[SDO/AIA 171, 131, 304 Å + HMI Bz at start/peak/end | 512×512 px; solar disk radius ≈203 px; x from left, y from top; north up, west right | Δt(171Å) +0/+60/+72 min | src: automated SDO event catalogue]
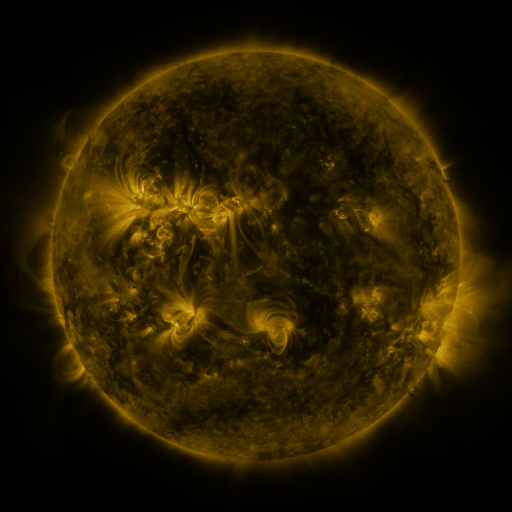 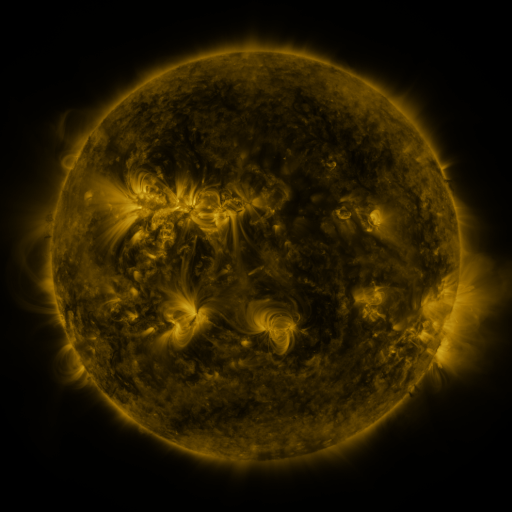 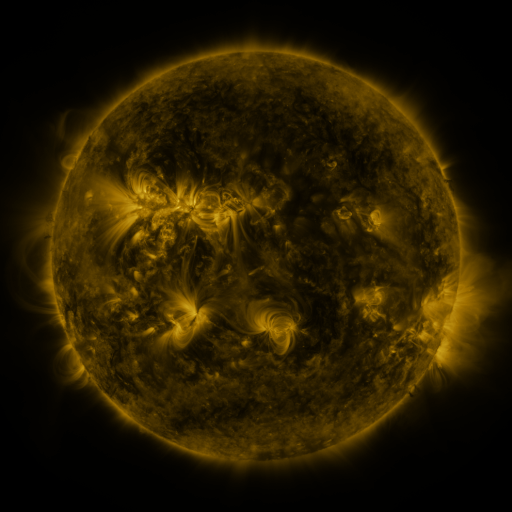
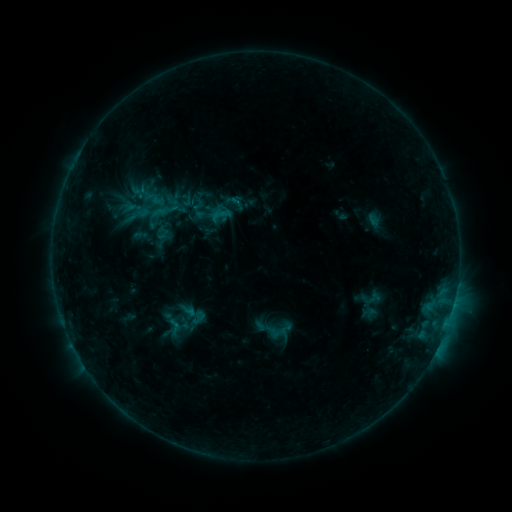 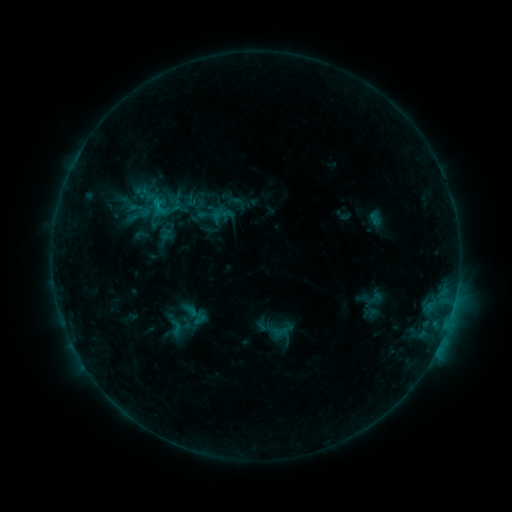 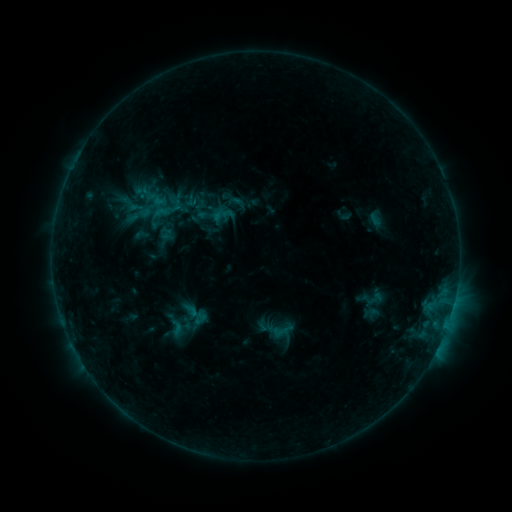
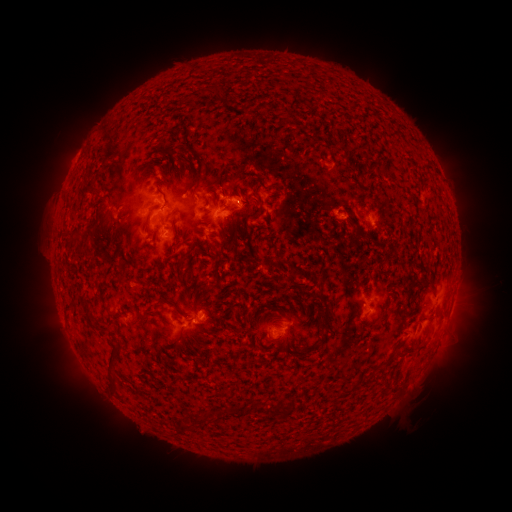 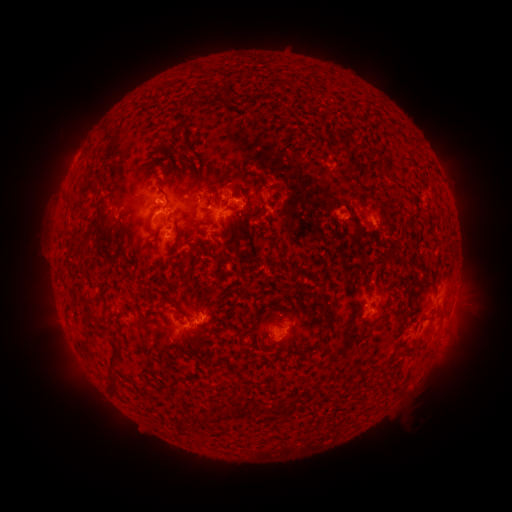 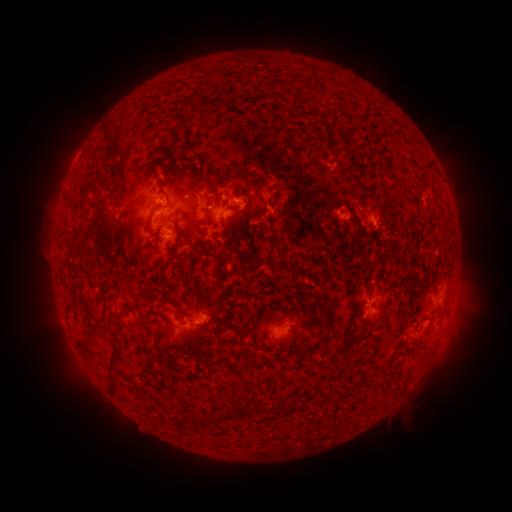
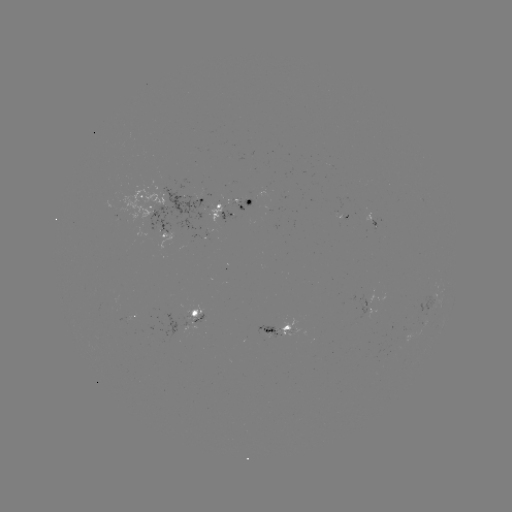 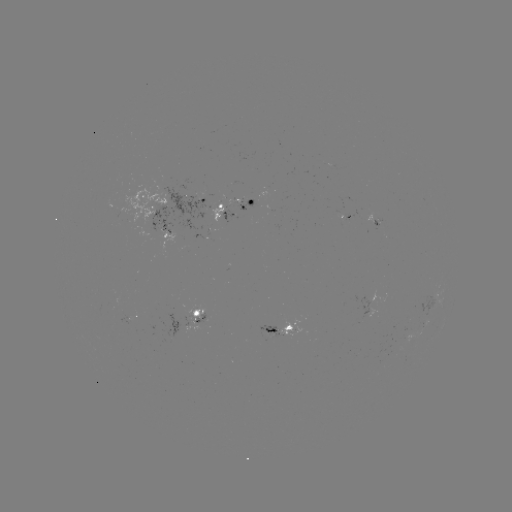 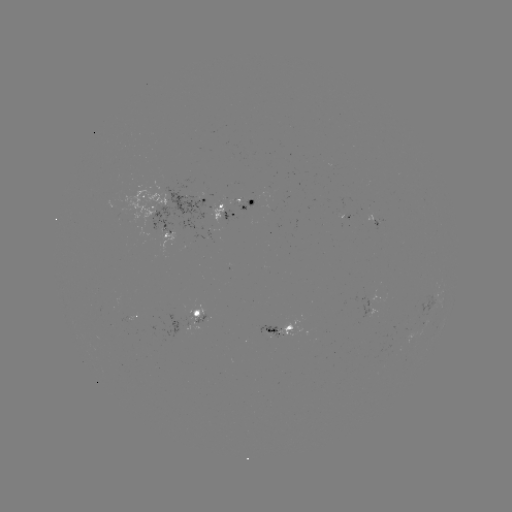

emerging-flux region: <bbox>206, 194, 220, 222</bbox>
